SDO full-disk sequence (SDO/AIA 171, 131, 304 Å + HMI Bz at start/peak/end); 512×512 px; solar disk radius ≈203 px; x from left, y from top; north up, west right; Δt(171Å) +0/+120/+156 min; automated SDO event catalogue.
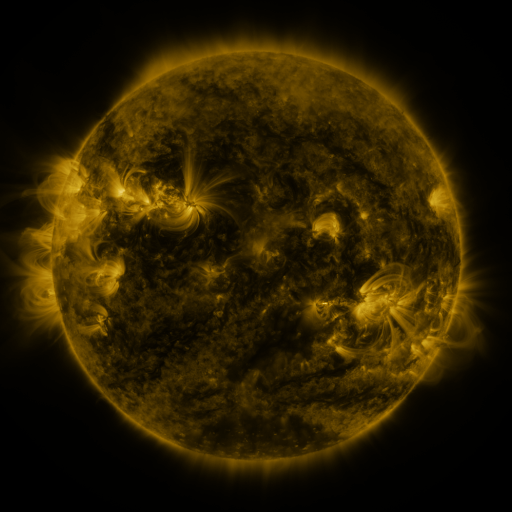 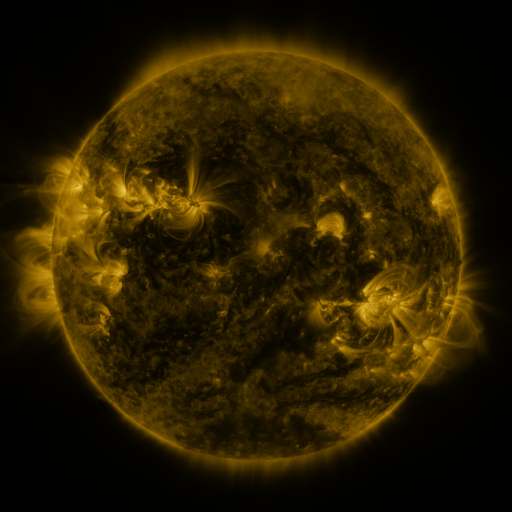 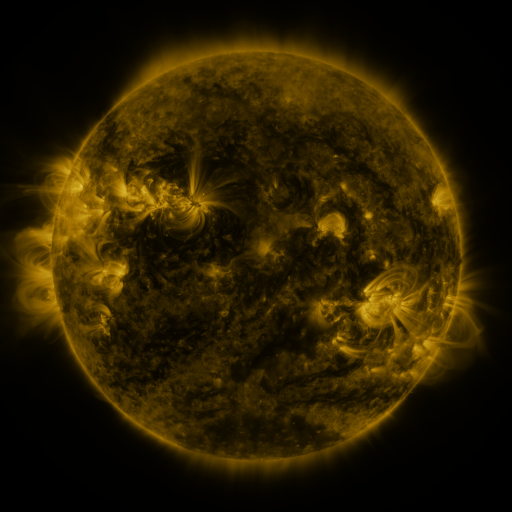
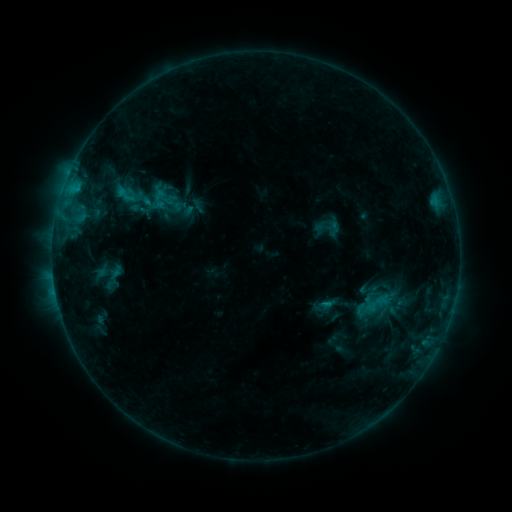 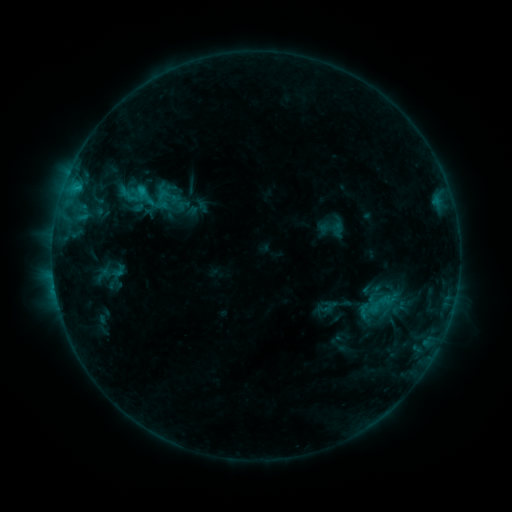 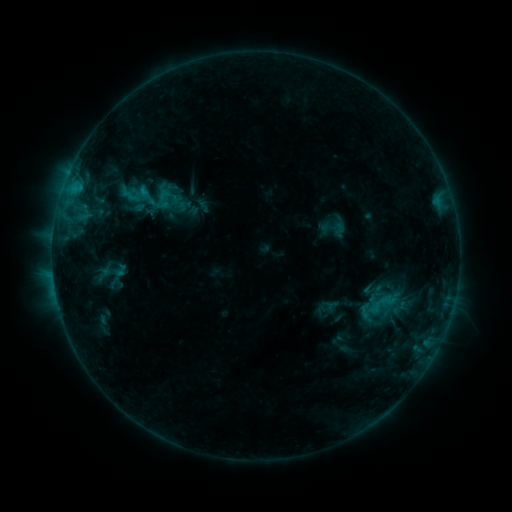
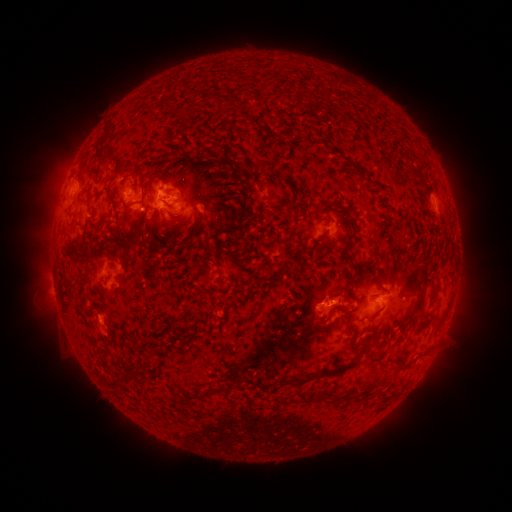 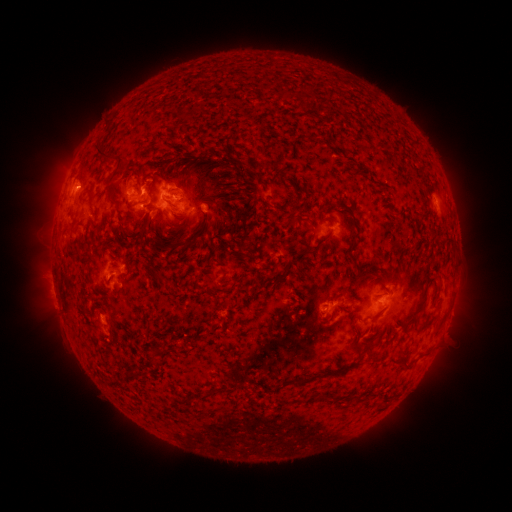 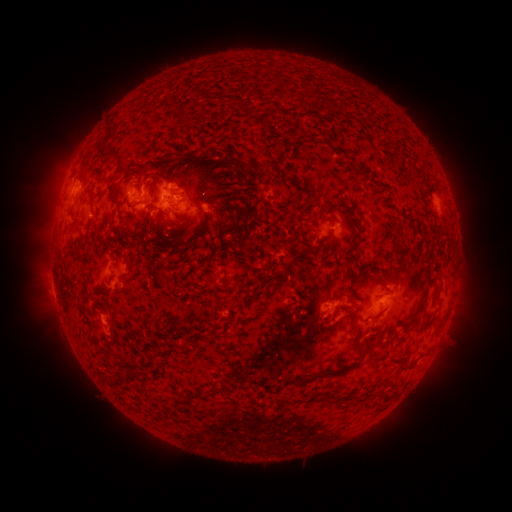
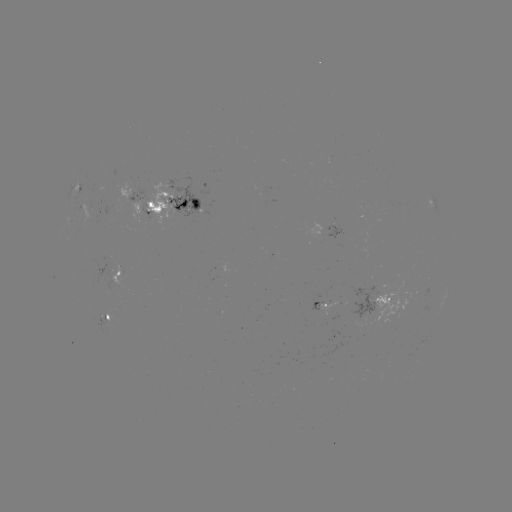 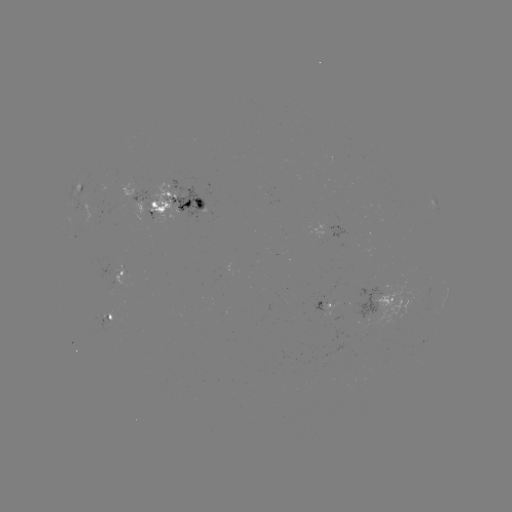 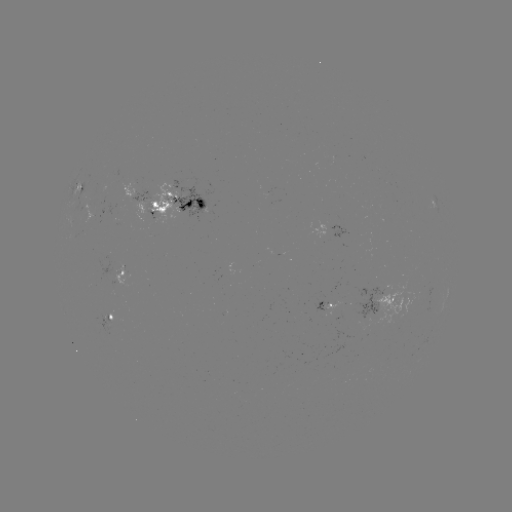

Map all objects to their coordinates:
emerging-flux region: (398, 301)
